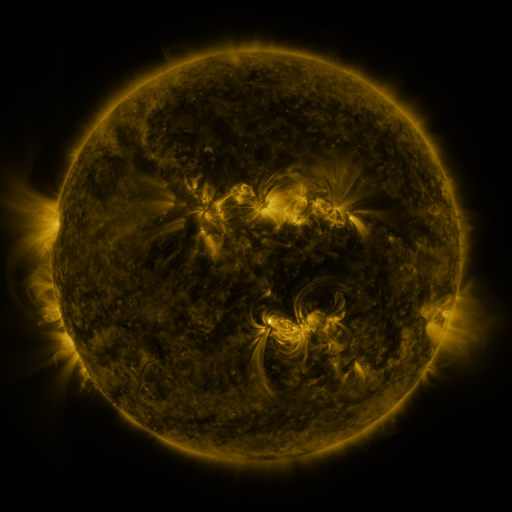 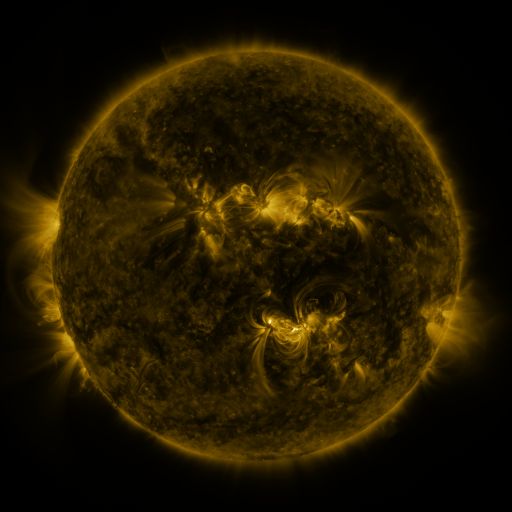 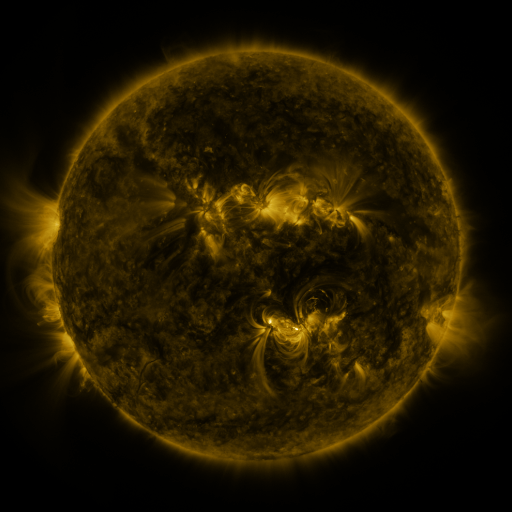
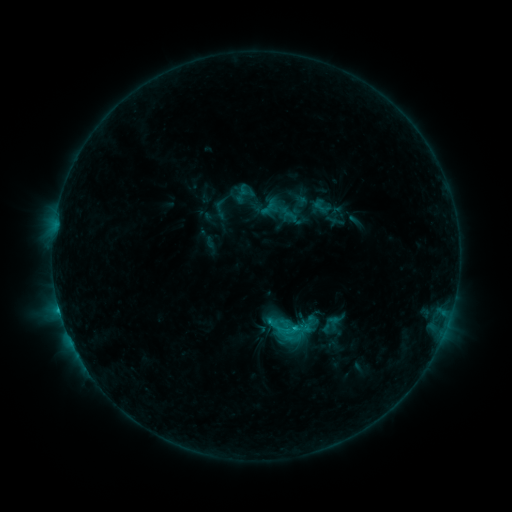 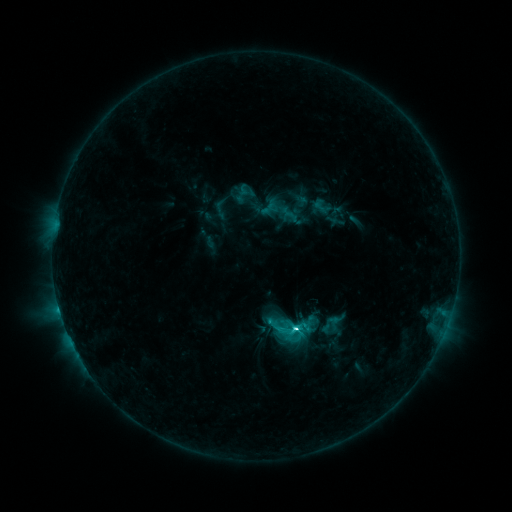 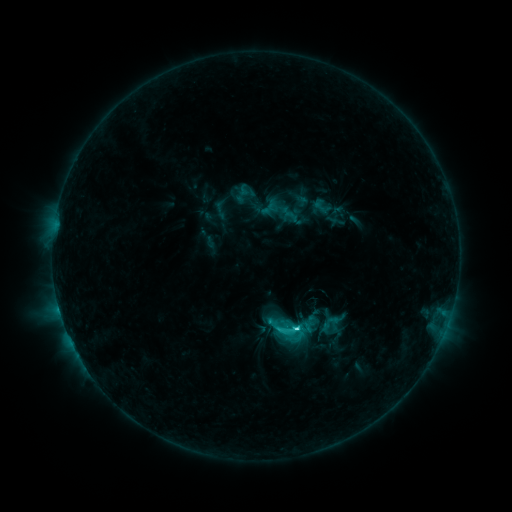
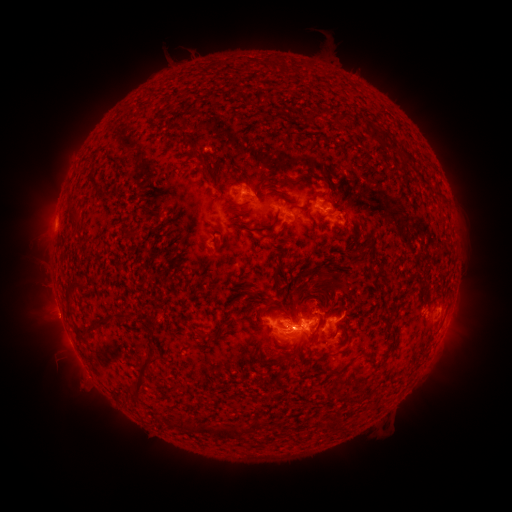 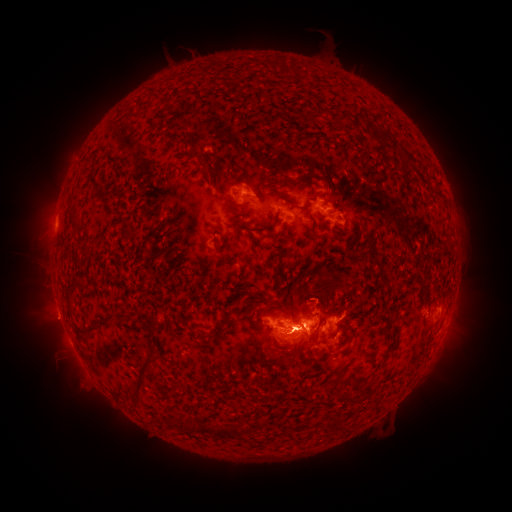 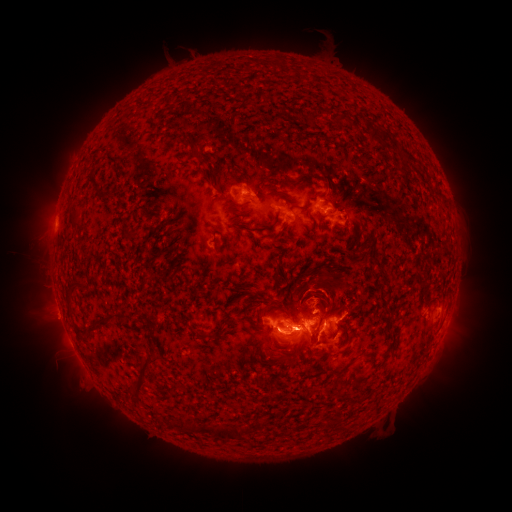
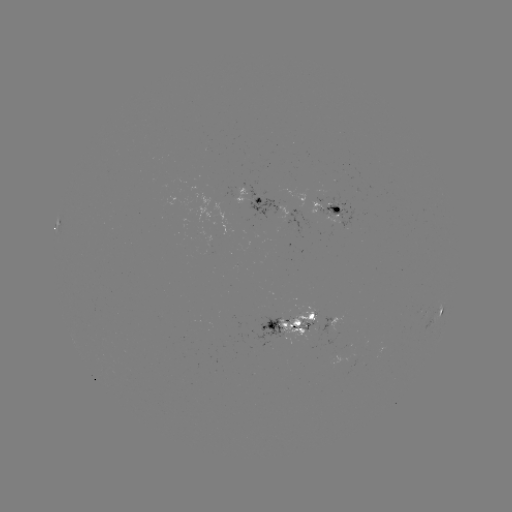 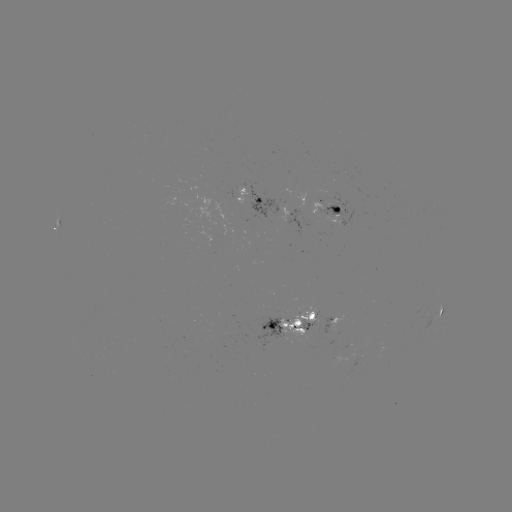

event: flare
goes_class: C4.9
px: (293, 326)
